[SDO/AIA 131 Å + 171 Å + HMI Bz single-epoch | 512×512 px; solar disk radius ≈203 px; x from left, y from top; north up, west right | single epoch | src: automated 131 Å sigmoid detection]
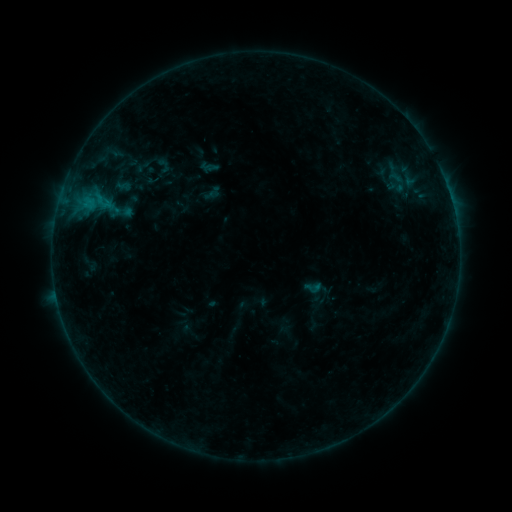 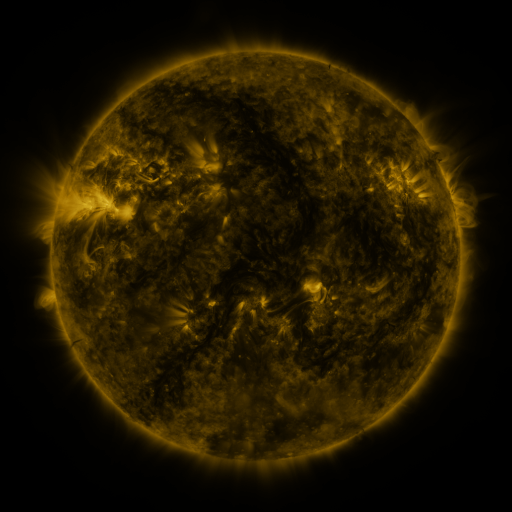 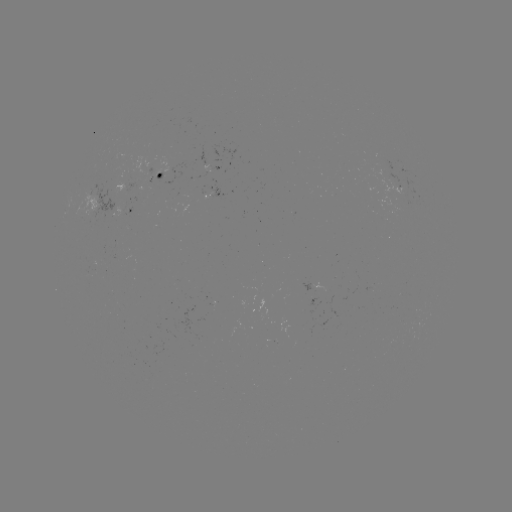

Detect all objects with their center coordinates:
sigmoid: [303, 277, 322, 297]
